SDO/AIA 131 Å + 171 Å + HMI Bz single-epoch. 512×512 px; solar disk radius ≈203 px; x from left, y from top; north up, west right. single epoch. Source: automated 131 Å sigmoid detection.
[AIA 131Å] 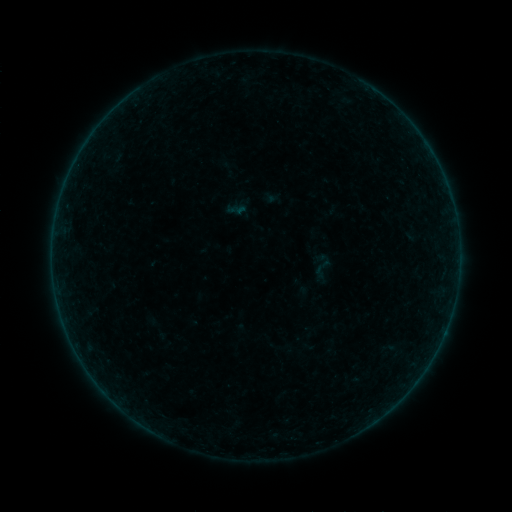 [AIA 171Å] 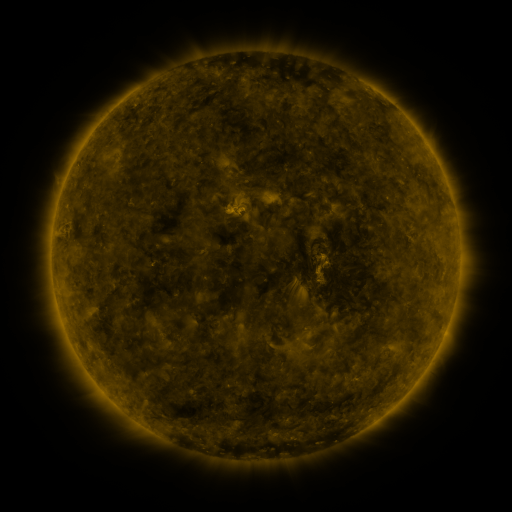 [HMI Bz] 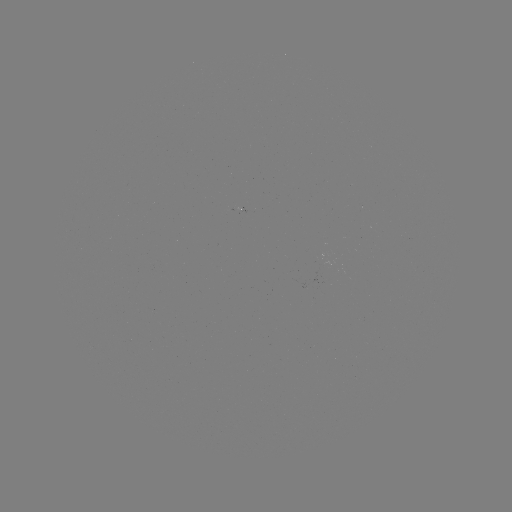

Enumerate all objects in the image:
sigmoid: <bbox>227, 199, 247, 219</bbox>
sigmoid: <bbox>309, 255, 335, 282</bbox>
